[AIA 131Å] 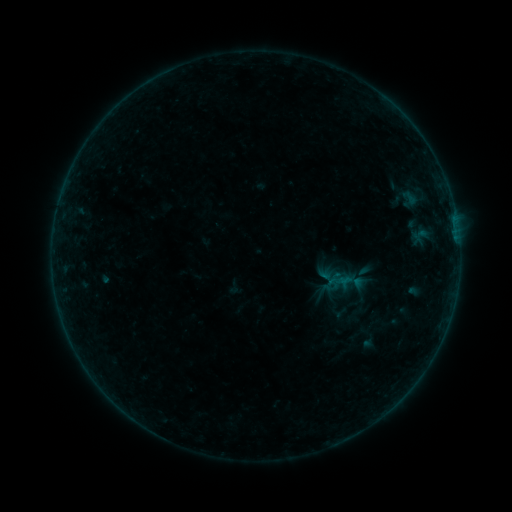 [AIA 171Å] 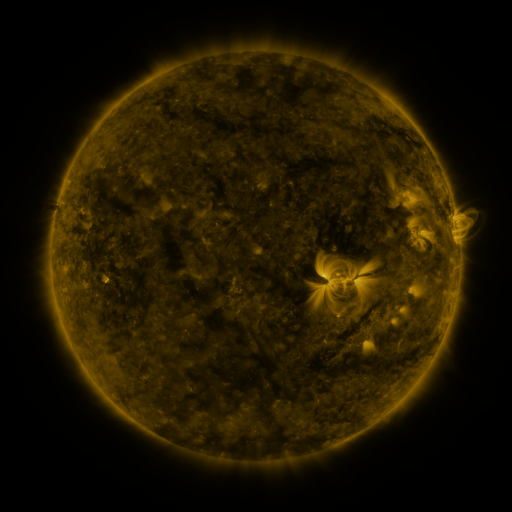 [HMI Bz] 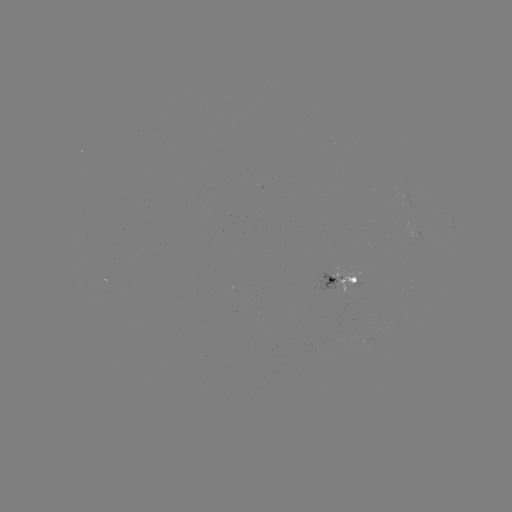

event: sigmoid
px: (360, 282)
